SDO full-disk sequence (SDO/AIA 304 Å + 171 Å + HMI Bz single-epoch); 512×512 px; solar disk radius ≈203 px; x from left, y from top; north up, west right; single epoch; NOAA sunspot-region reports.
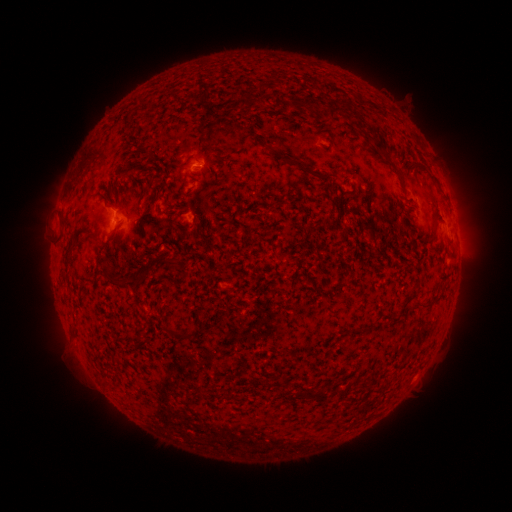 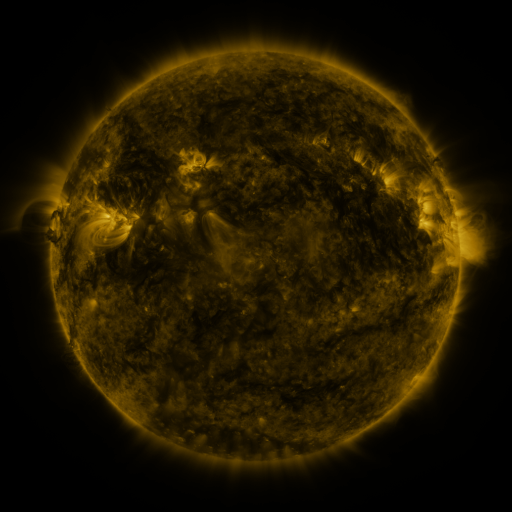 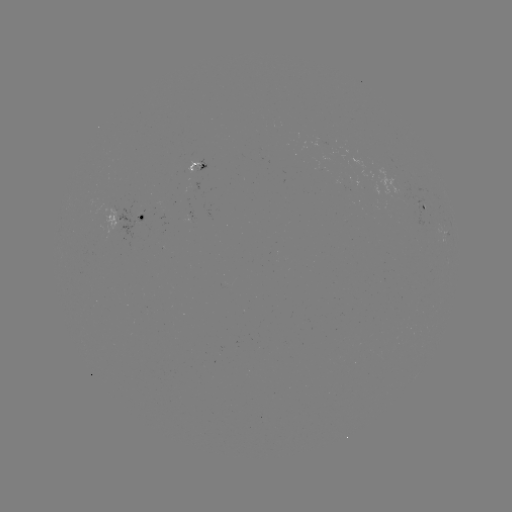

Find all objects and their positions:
spotted active region: (196, 167)
spotted active region: (424, 207)
spotted active region: (196, 217)
spotted active region: (128, 218)
